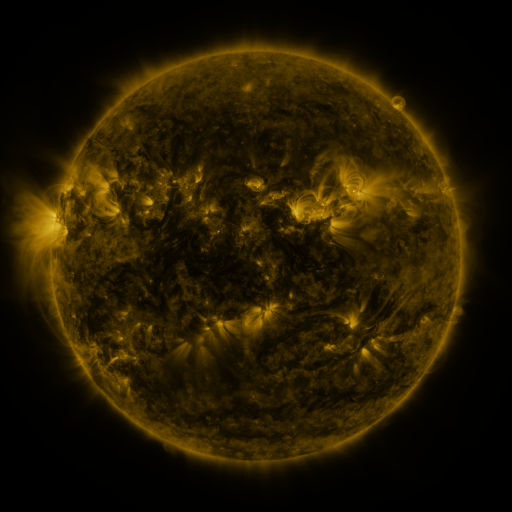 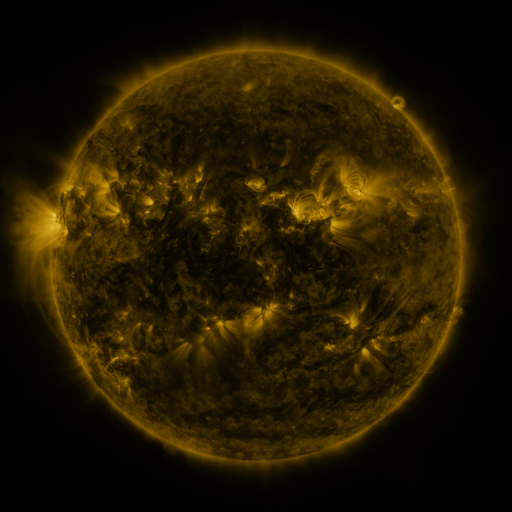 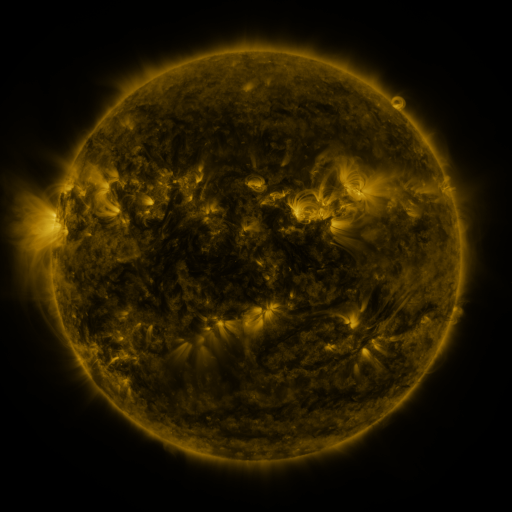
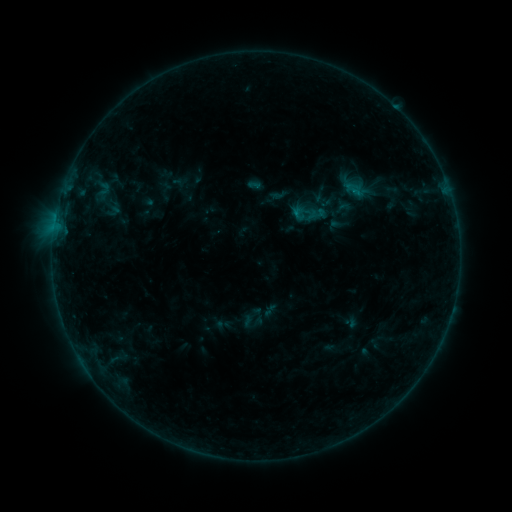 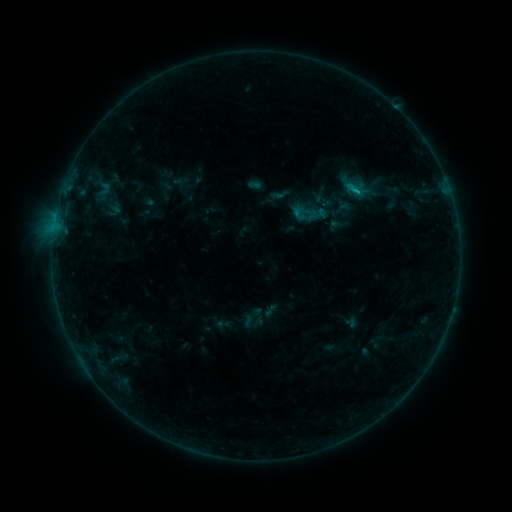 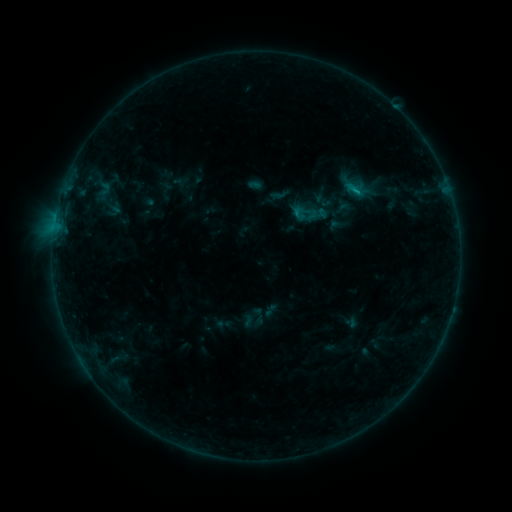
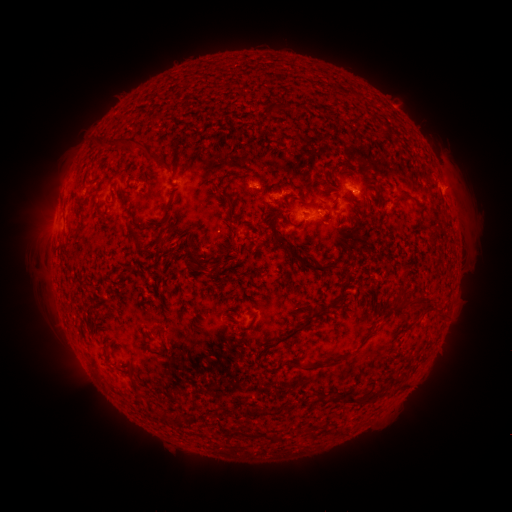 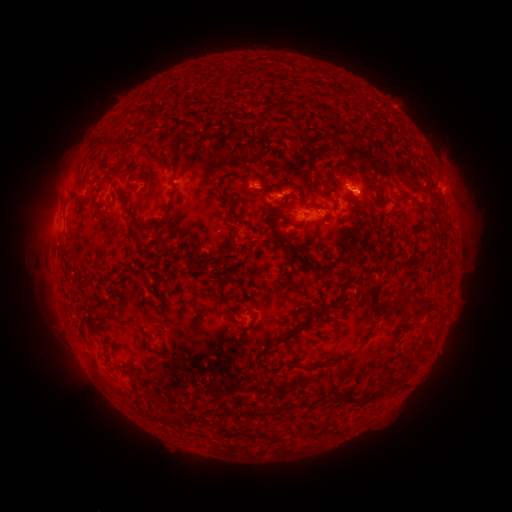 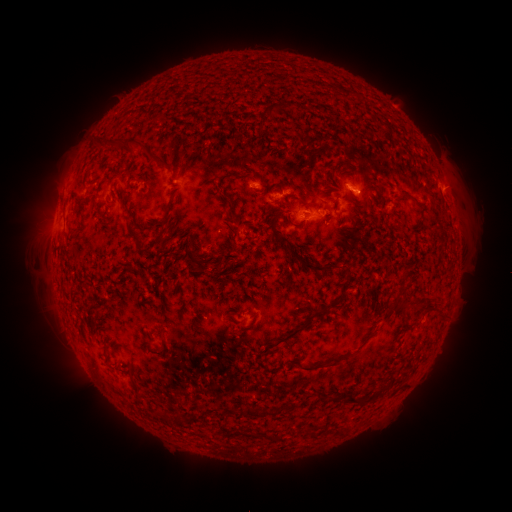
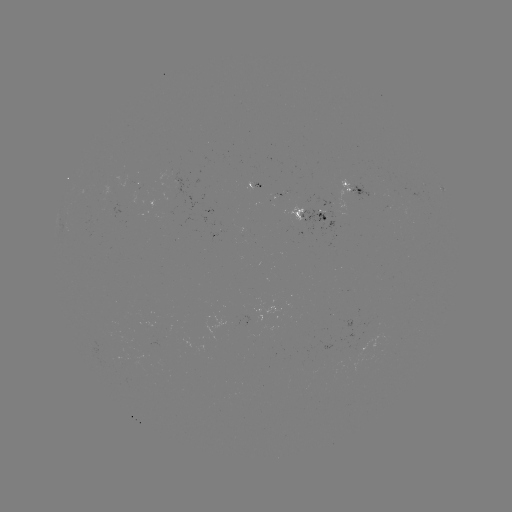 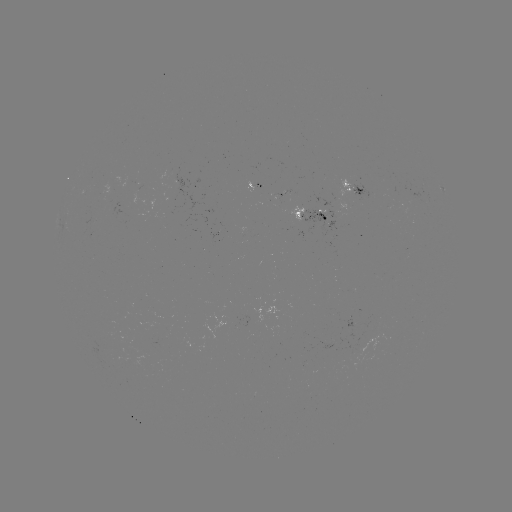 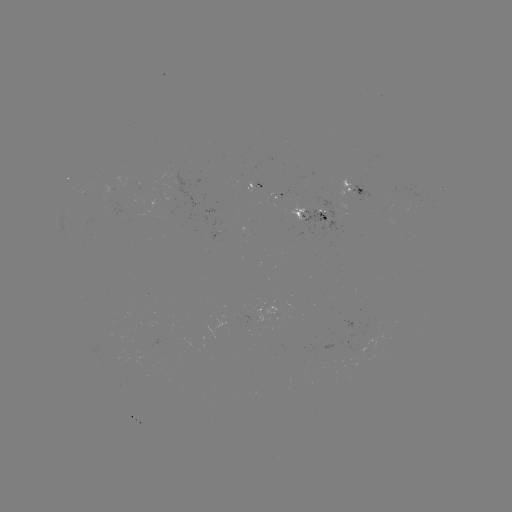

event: flare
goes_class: B5.0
